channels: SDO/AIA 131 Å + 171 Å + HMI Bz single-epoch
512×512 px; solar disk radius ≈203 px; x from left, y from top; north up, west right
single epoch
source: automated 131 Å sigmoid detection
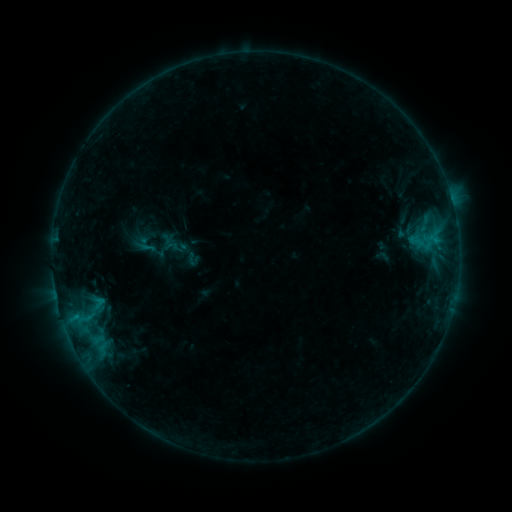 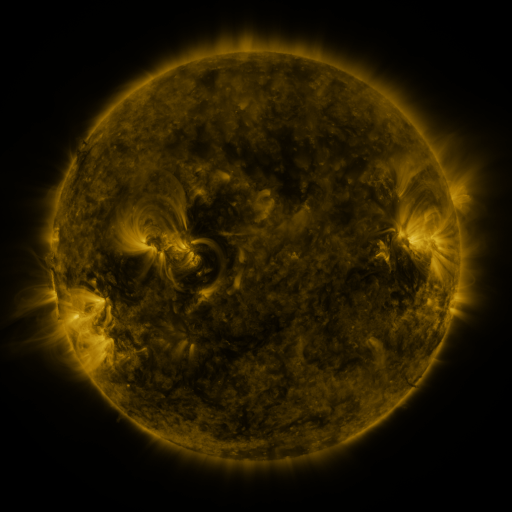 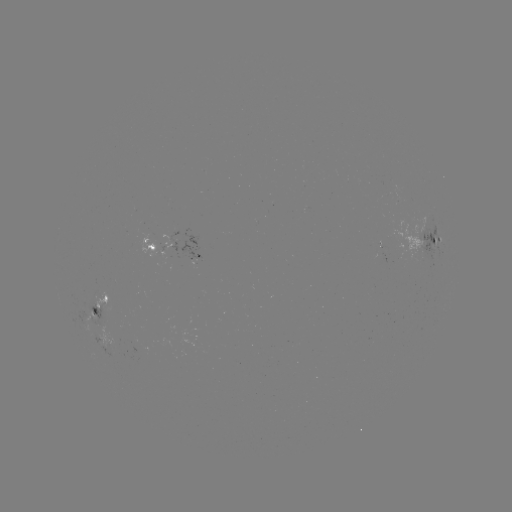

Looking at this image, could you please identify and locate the sigmoid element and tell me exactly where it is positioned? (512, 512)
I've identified sigmoid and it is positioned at [147, 247].